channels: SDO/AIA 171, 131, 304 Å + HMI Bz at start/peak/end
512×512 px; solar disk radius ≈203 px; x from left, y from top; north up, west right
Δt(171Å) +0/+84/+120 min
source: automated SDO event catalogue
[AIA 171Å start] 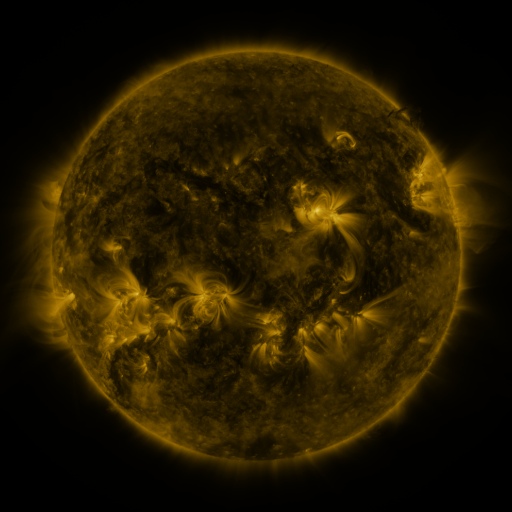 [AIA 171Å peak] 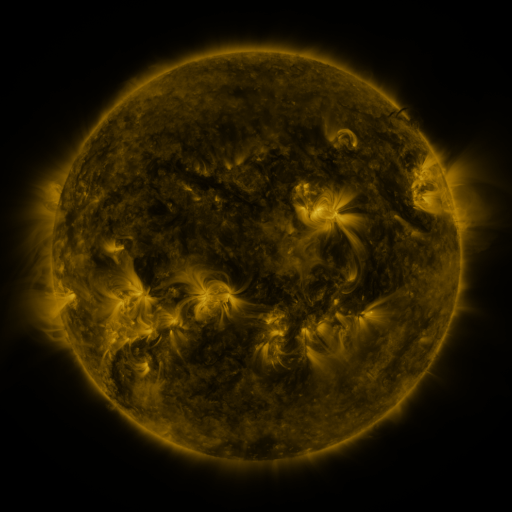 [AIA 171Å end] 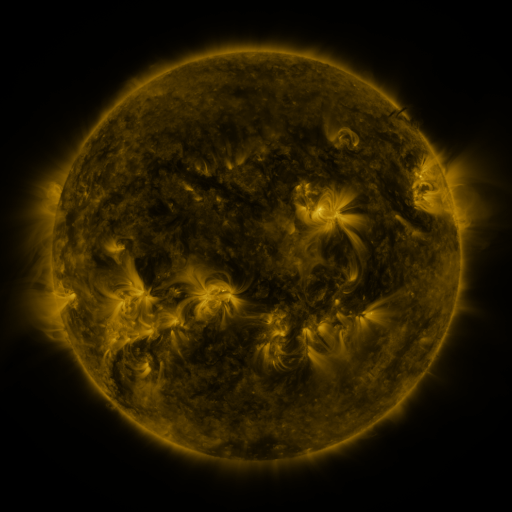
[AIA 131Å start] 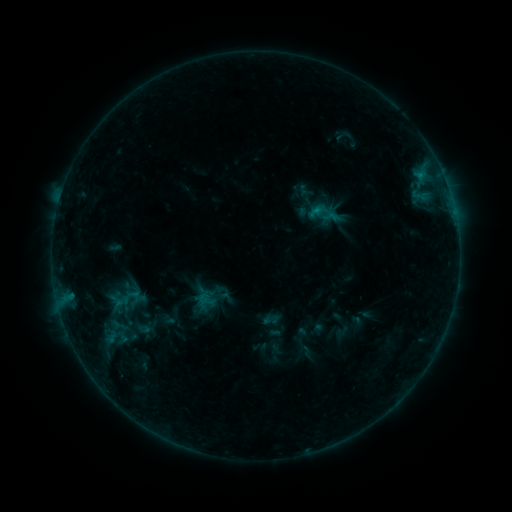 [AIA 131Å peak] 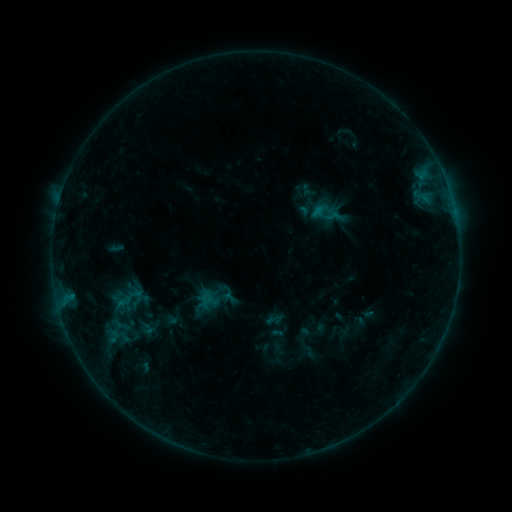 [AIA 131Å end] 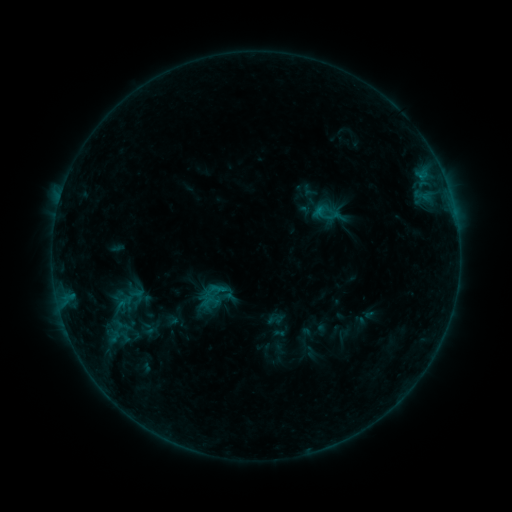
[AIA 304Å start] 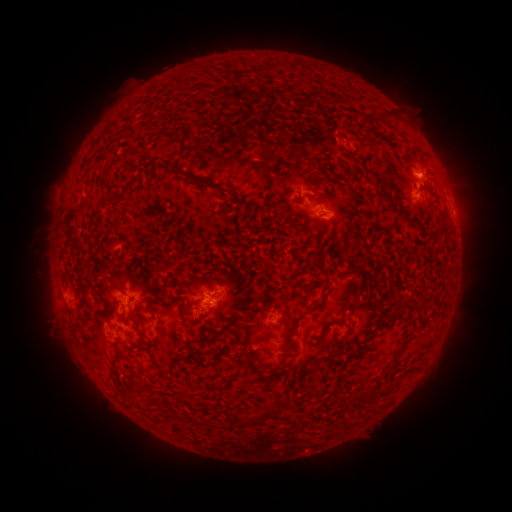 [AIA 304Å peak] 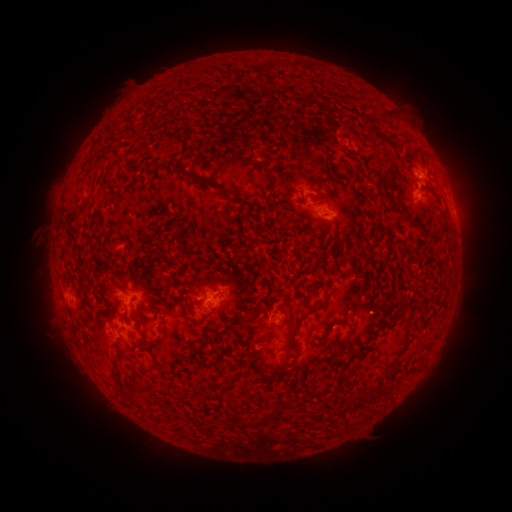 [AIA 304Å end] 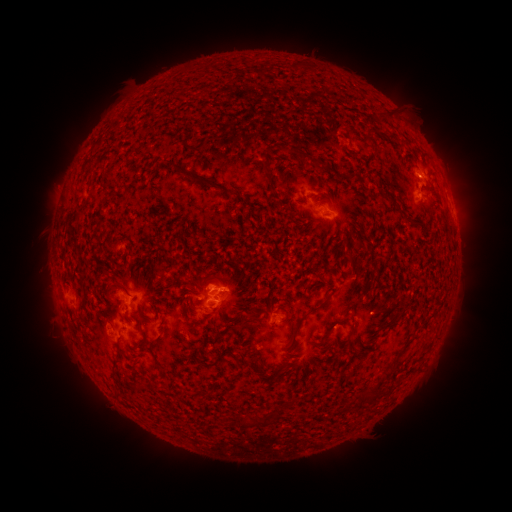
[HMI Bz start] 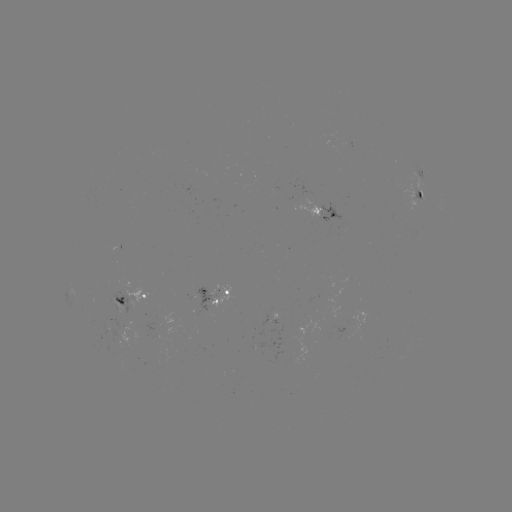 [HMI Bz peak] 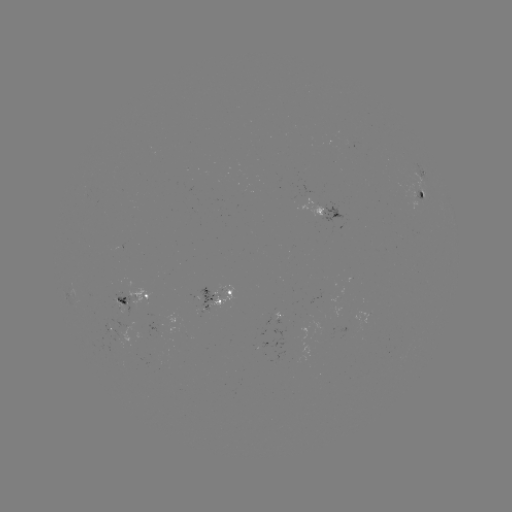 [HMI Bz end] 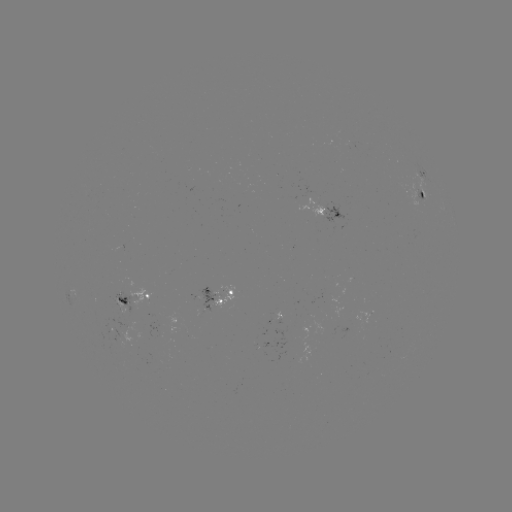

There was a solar emerging-flux region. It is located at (347, 144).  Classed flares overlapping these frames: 1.